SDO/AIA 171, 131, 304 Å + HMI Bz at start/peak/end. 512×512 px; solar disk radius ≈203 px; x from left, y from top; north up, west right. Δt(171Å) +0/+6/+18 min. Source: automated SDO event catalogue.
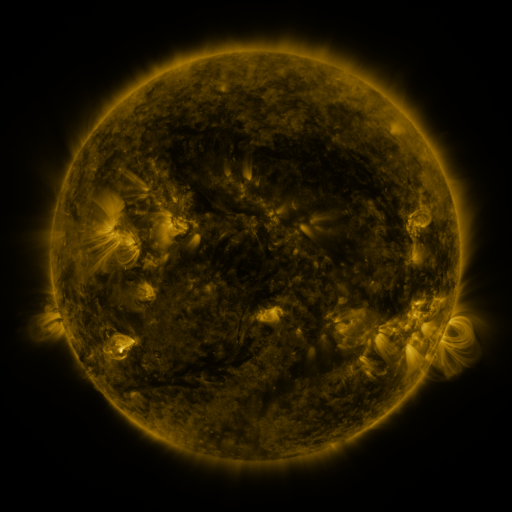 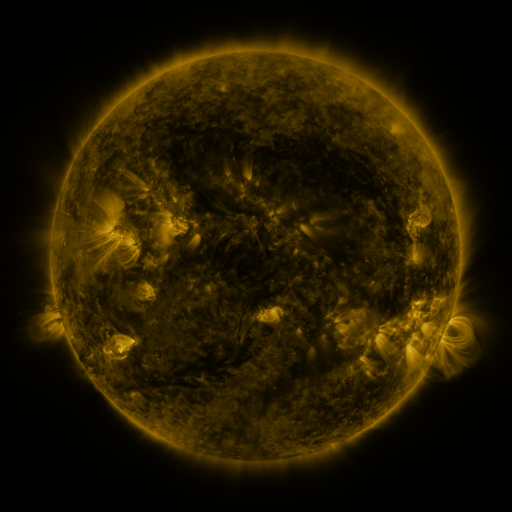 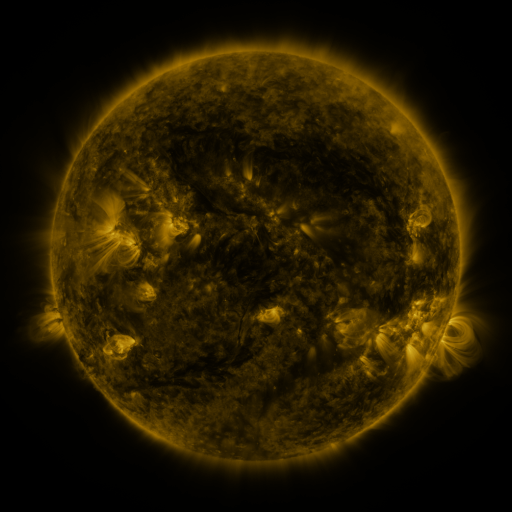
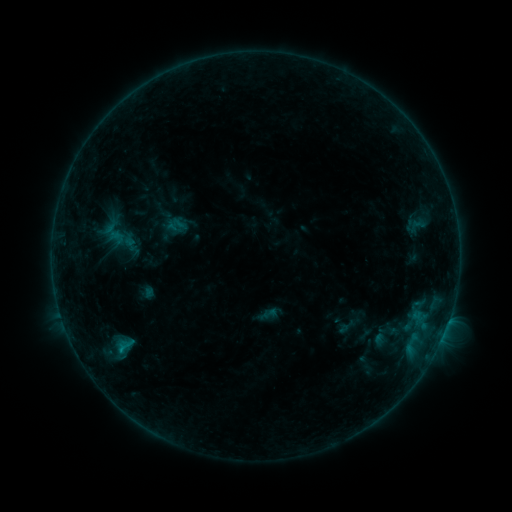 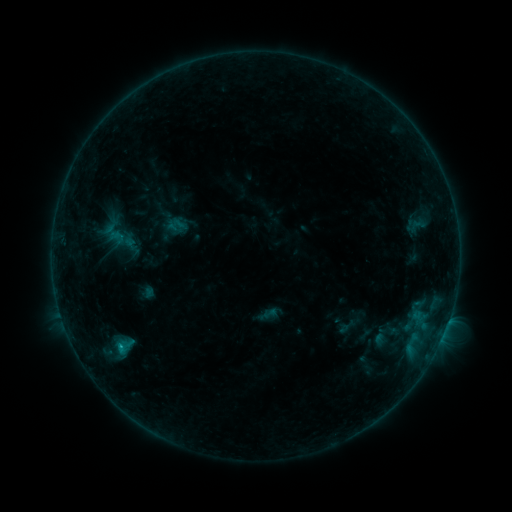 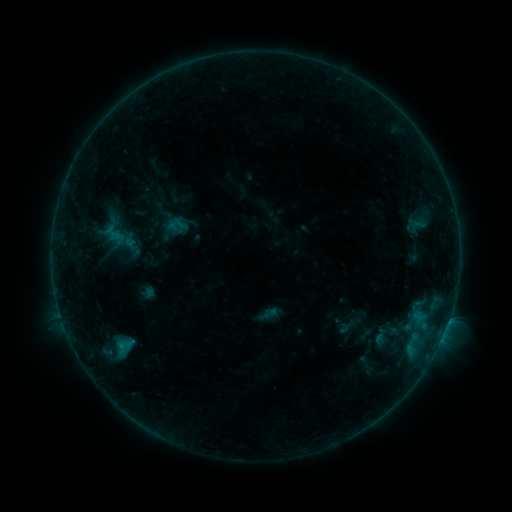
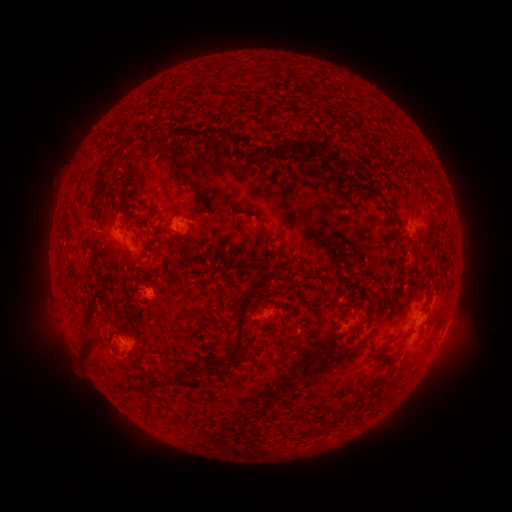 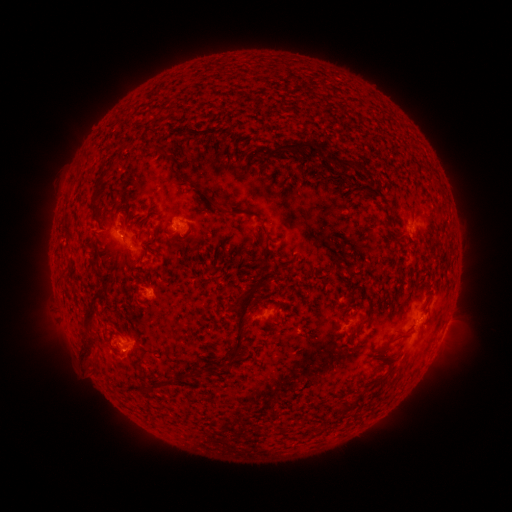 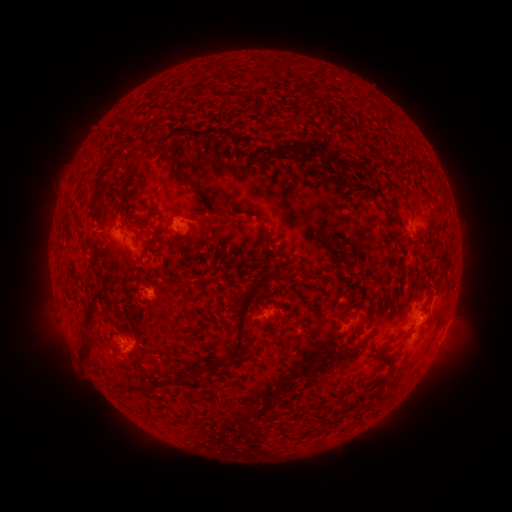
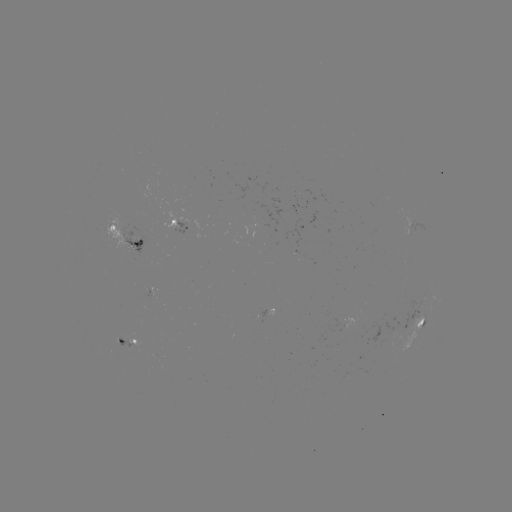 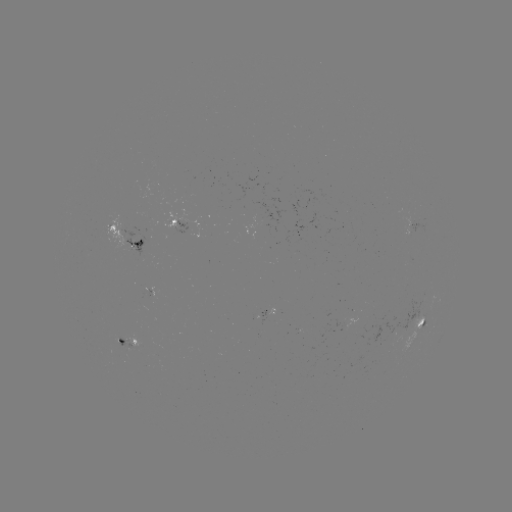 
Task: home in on B5.4 flare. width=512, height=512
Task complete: (121, 344).